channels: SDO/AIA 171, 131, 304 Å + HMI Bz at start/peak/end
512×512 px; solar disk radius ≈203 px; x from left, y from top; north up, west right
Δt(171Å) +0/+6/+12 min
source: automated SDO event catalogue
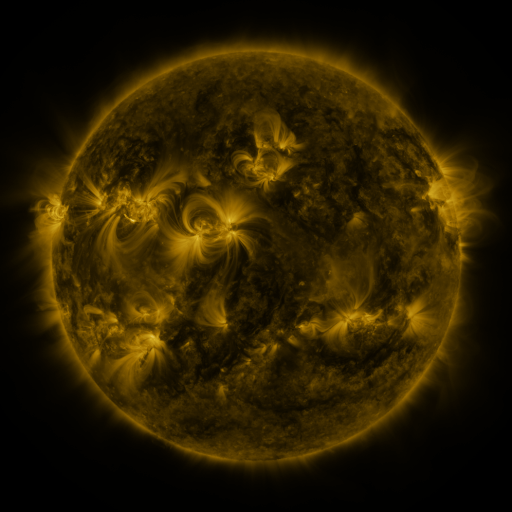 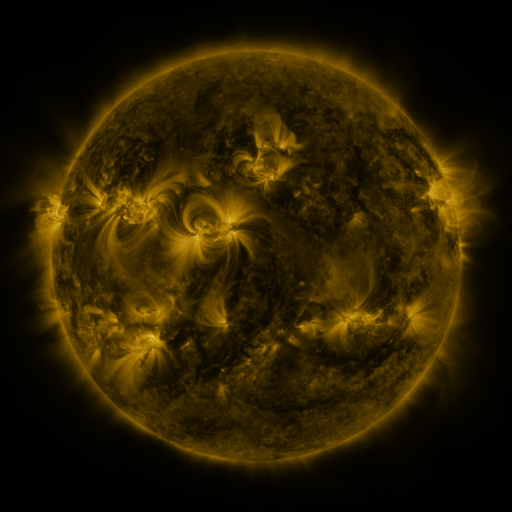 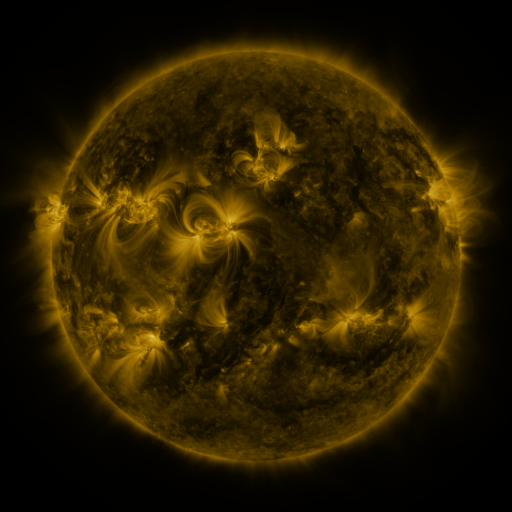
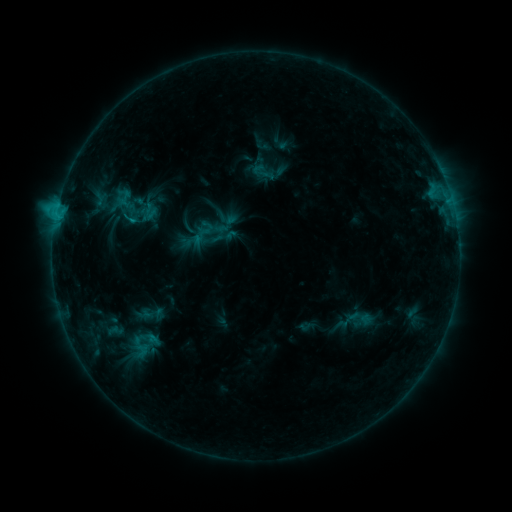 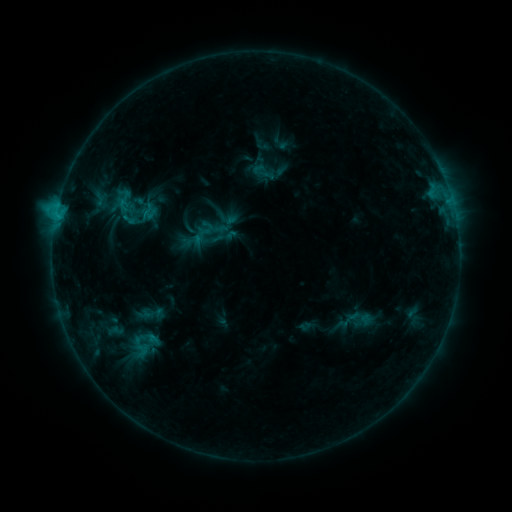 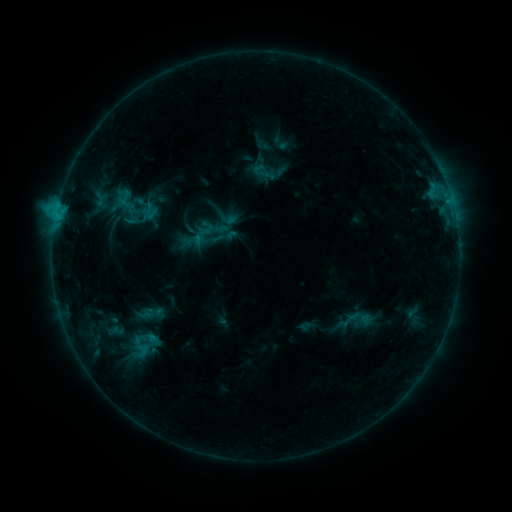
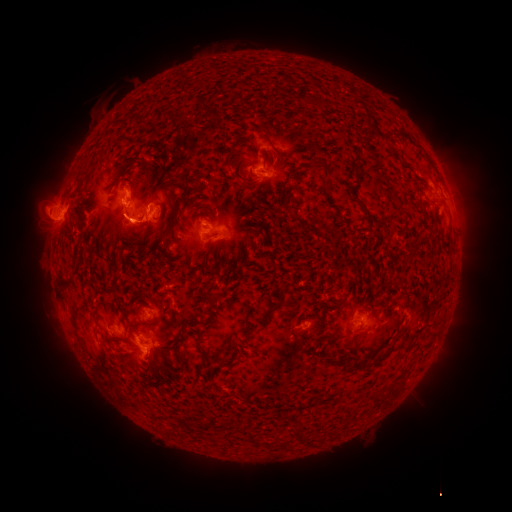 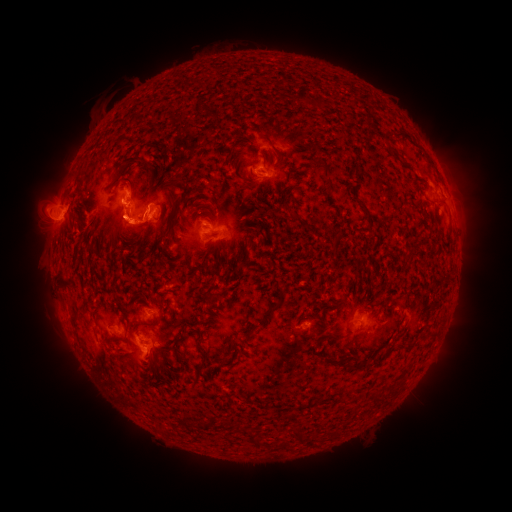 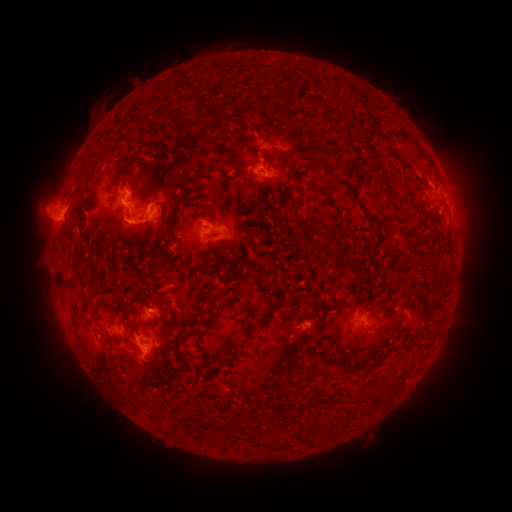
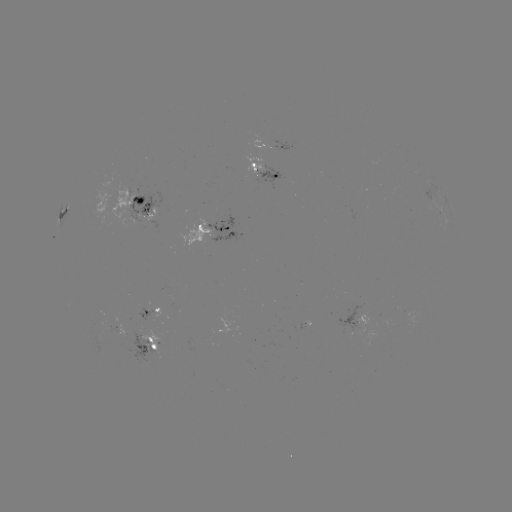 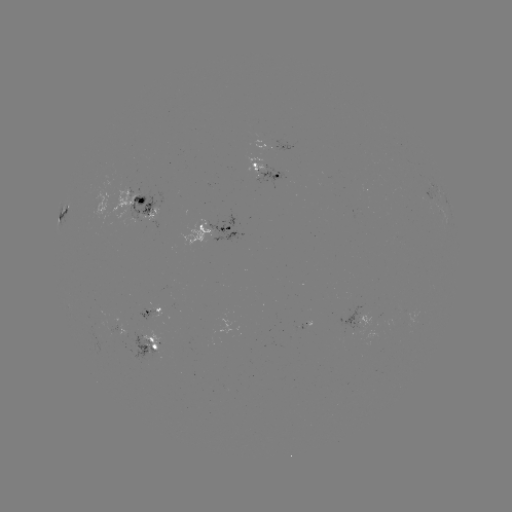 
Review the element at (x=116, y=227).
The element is eruption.